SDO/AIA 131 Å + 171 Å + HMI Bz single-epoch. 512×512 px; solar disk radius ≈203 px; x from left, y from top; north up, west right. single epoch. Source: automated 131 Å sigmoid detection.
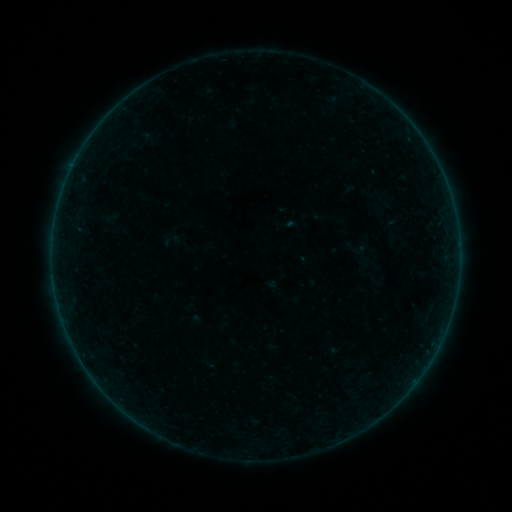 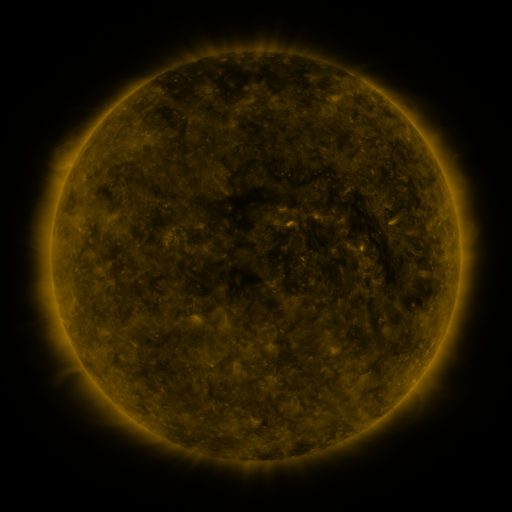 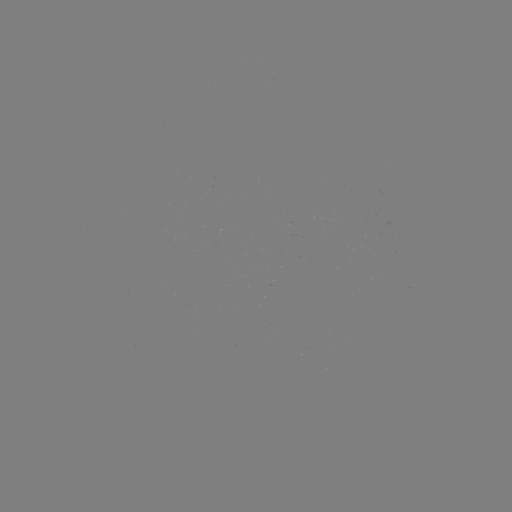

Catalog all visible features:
sigmoid: [343, 236, 371, 260]
